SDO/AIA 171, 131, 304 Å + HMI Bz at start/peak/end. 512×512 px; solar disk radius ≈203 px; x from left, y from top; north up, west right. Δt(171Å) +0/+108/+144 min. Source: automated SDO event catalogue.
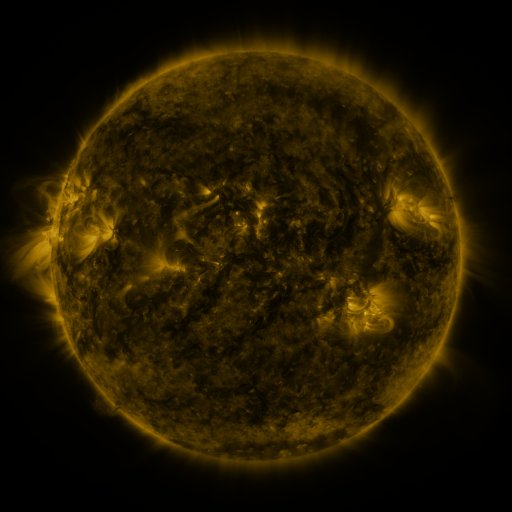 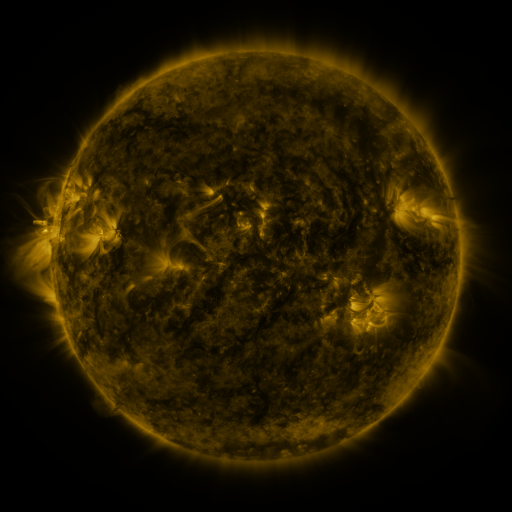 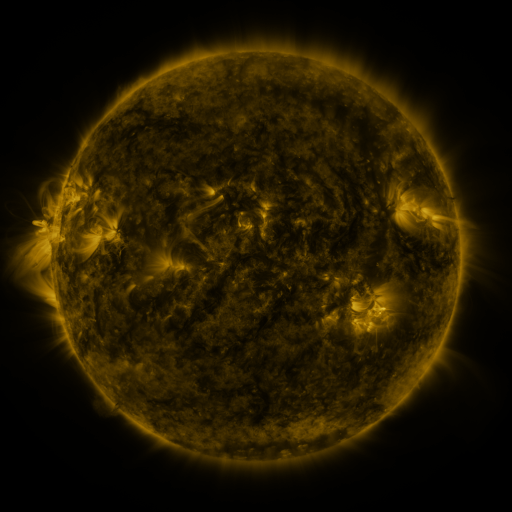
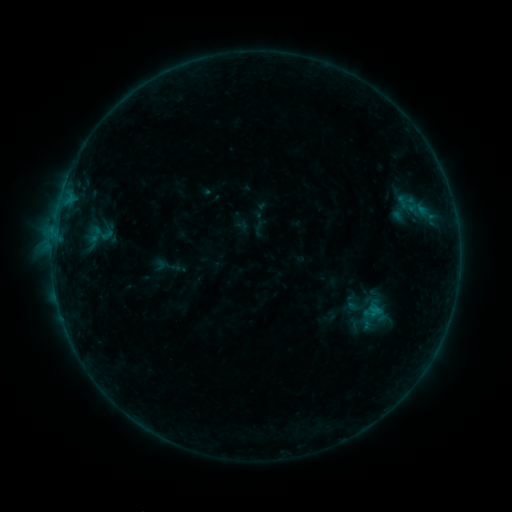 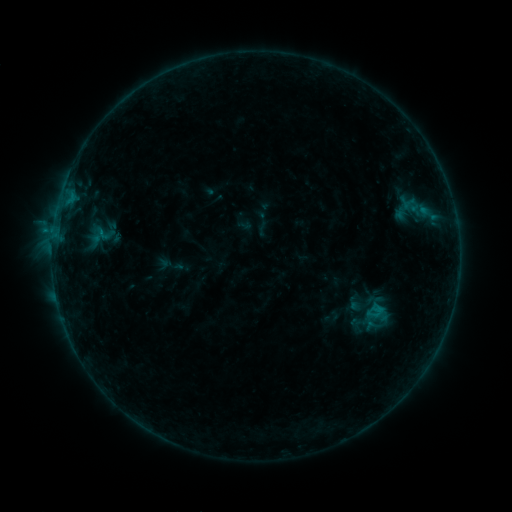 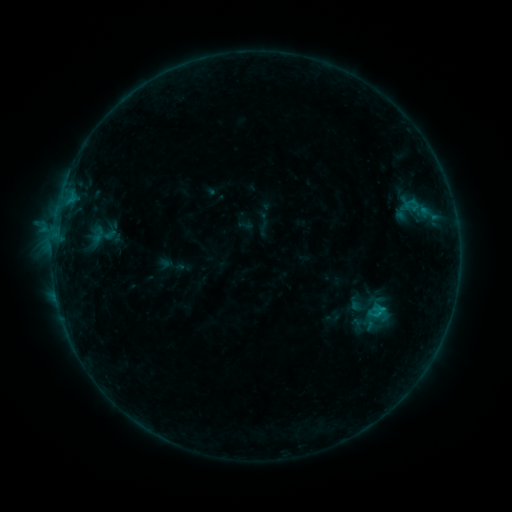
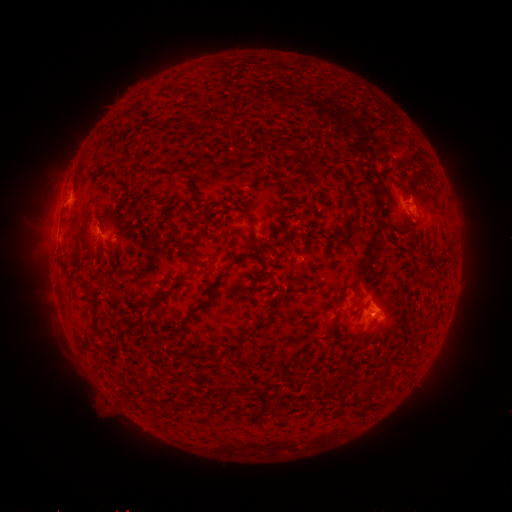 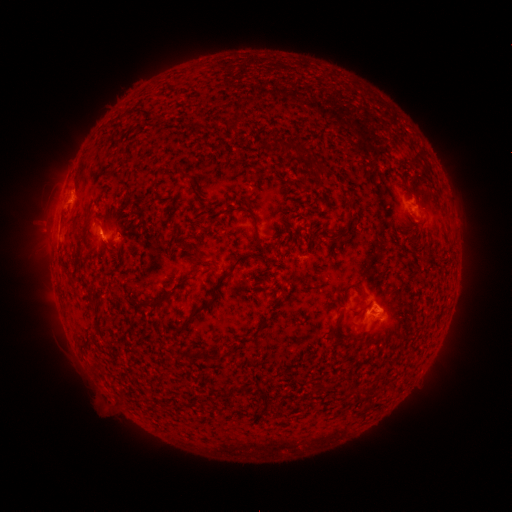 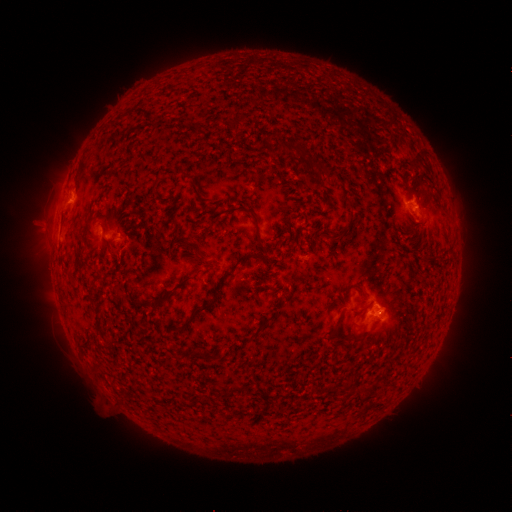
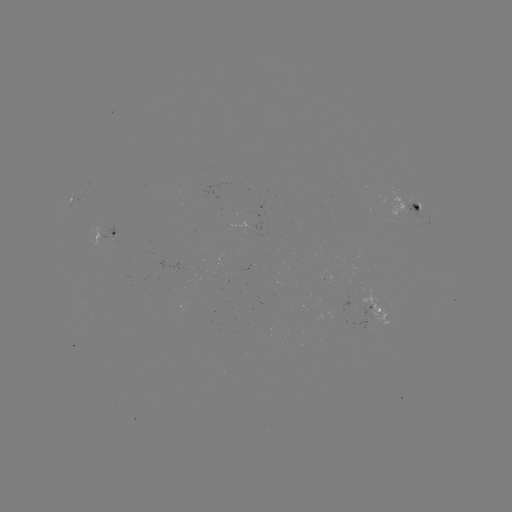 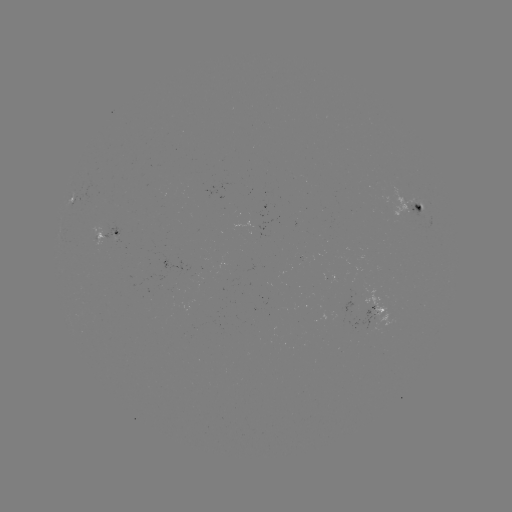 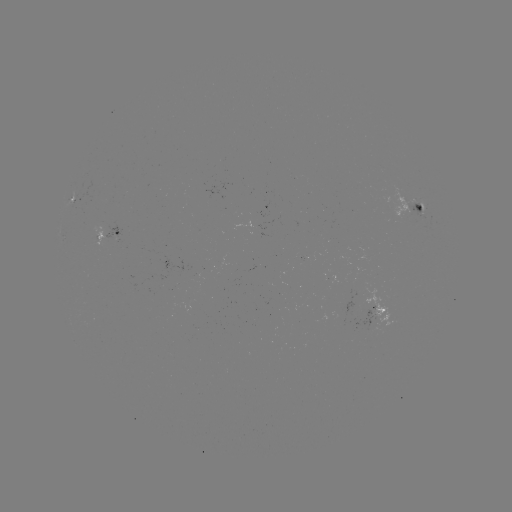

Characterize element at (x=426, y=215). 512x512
emerging-flux region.